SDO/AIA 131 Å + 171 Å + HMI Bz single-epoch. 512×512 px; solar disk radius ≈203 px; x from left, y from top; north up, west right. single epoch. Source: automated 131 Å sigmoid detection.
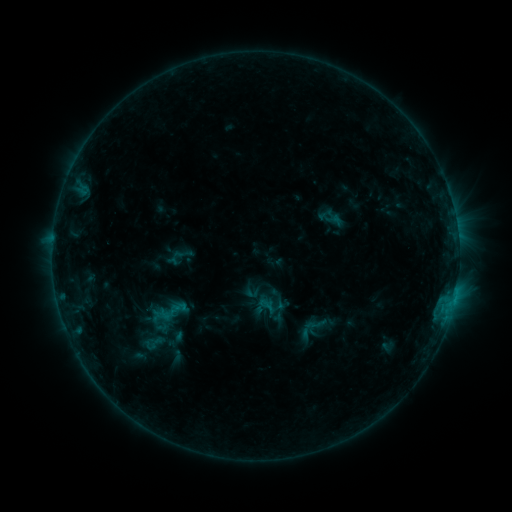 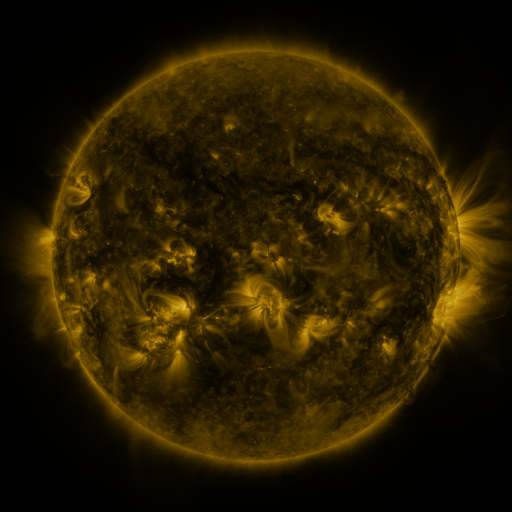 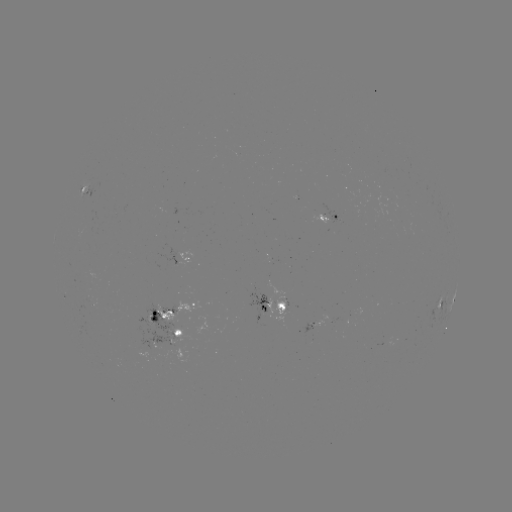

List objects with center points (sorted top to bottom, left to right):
sigmoid: (172, 311)
sigmoid: (152, 344)
